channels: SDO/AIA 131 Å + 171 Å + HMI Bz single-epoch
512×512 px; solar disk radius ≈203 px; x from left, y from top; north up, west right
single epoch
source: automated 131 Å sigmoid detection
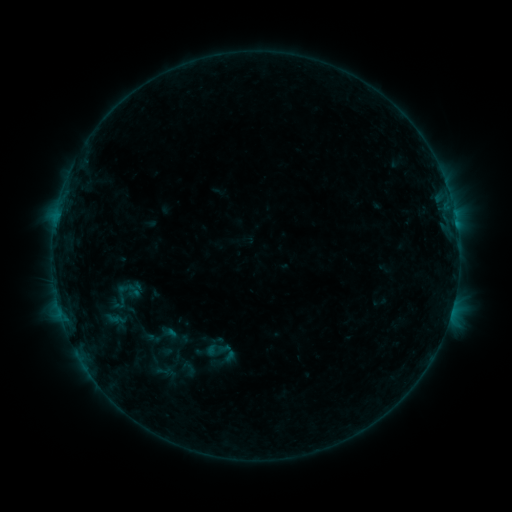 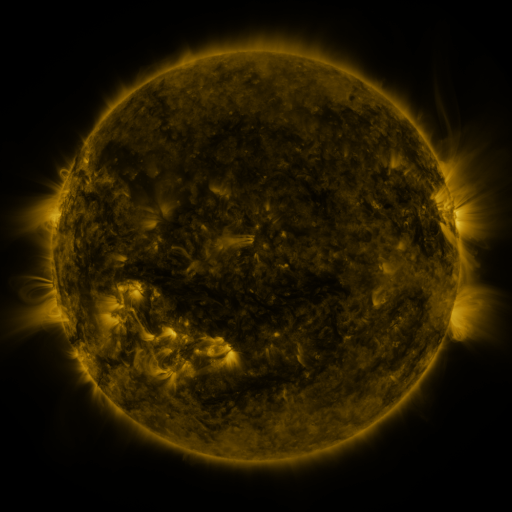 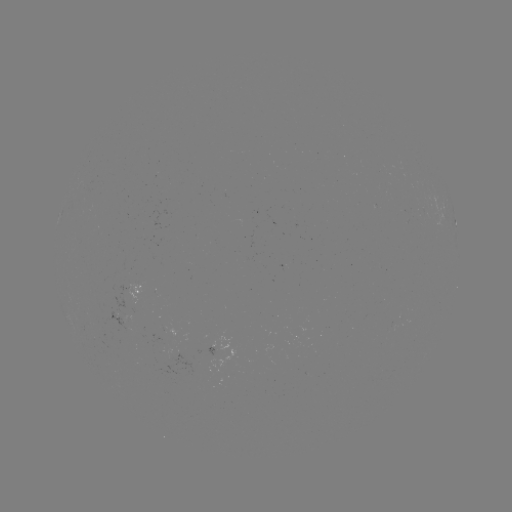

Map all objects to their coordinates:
sigmoid: (165, 336)
sigmoid: (220, 353)
